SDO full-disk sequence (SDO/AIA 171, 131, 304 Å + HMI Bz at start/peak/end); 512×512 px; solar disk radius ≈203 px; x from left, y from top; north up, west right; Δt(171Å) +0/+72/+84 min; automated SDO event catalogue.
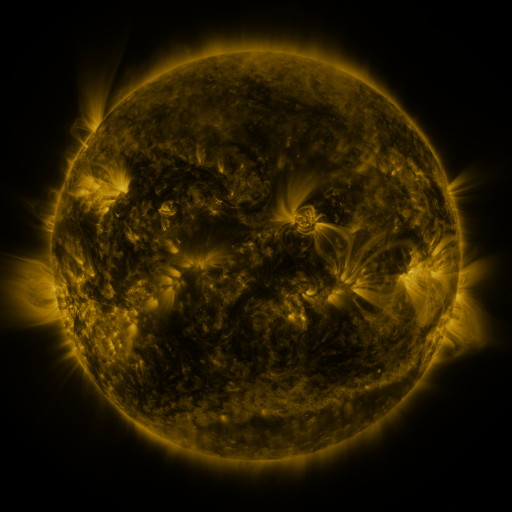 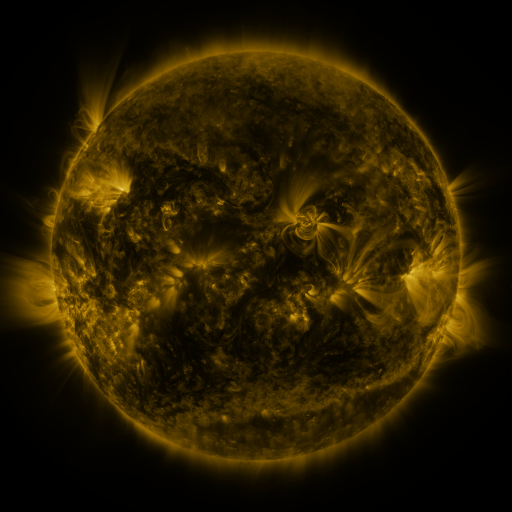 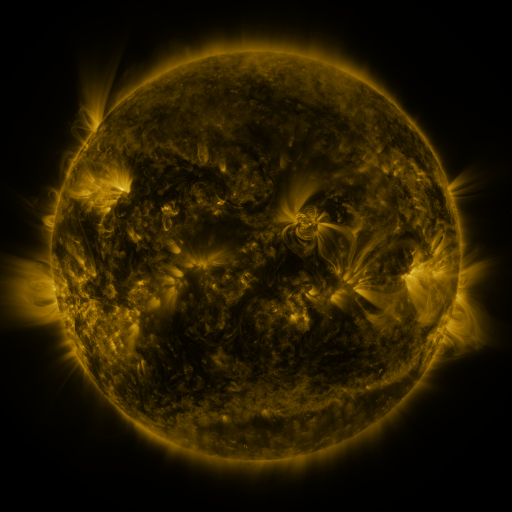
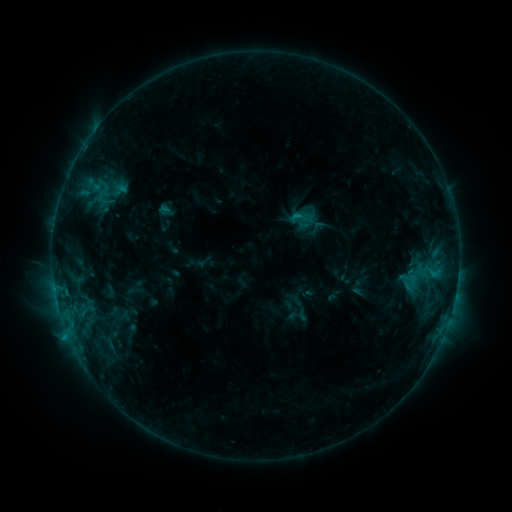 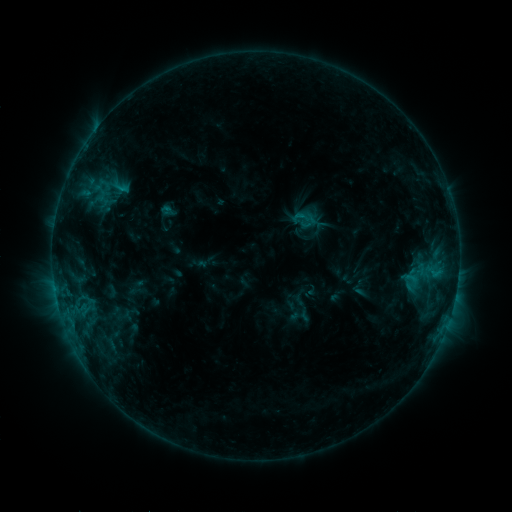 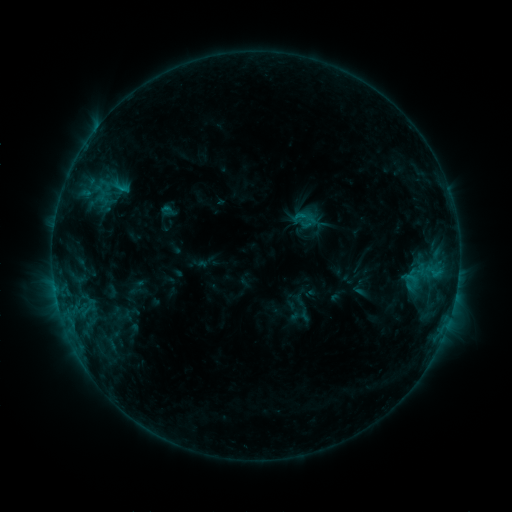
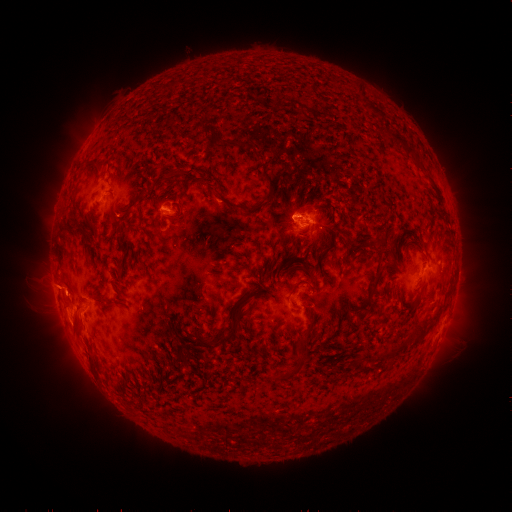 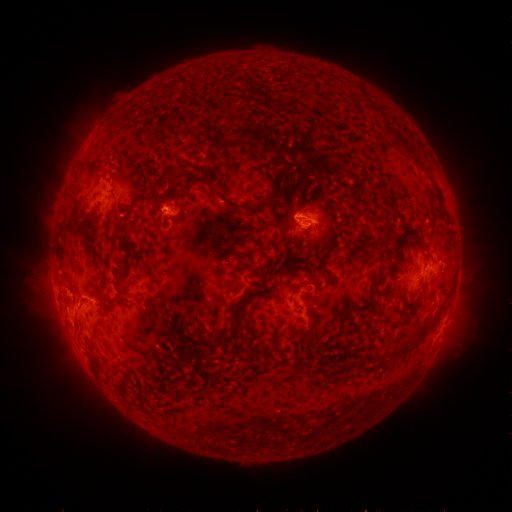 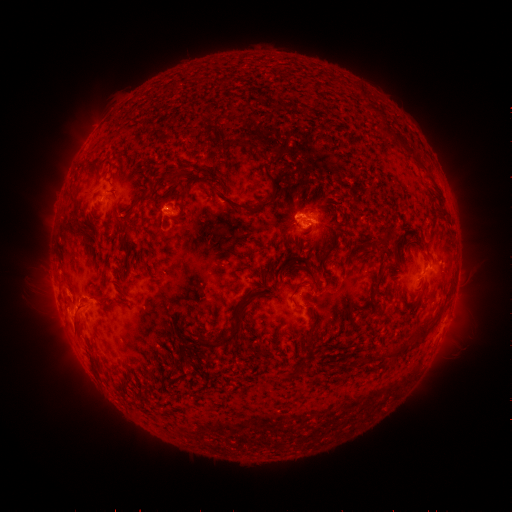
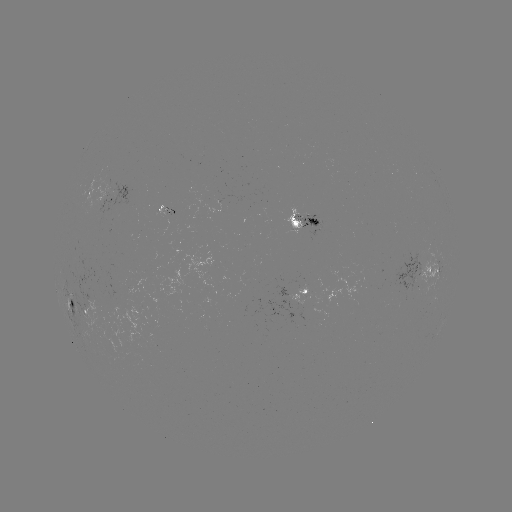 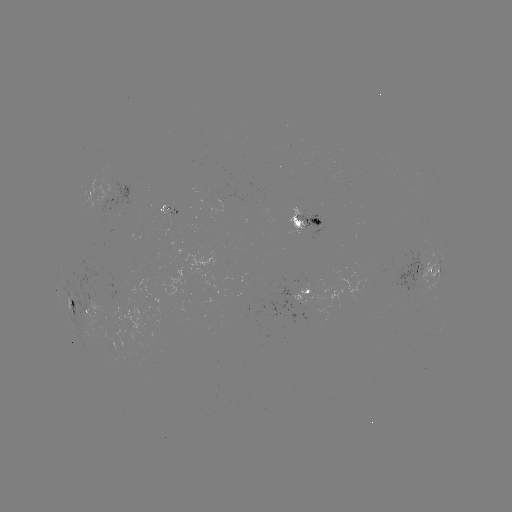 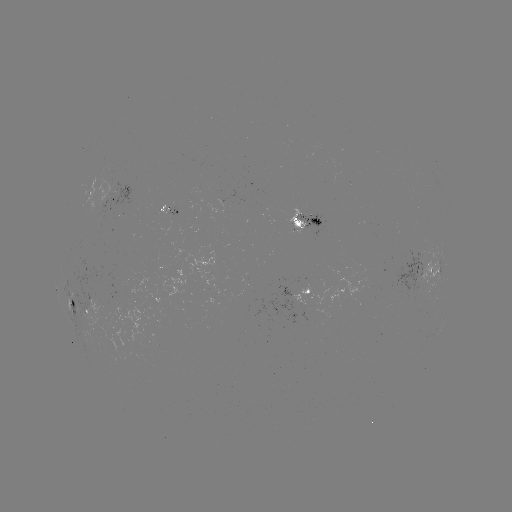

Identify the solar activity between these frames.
emerging-flux region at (102, 200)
